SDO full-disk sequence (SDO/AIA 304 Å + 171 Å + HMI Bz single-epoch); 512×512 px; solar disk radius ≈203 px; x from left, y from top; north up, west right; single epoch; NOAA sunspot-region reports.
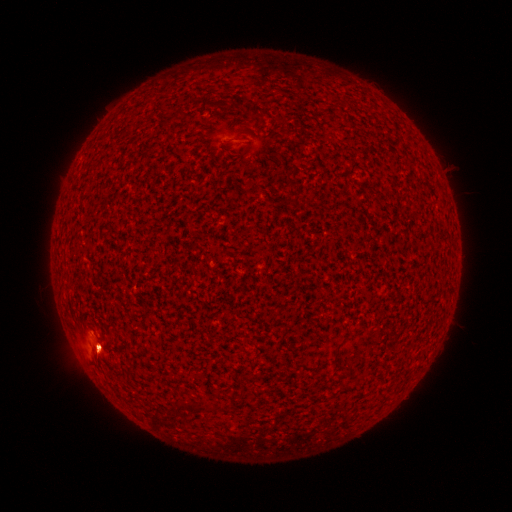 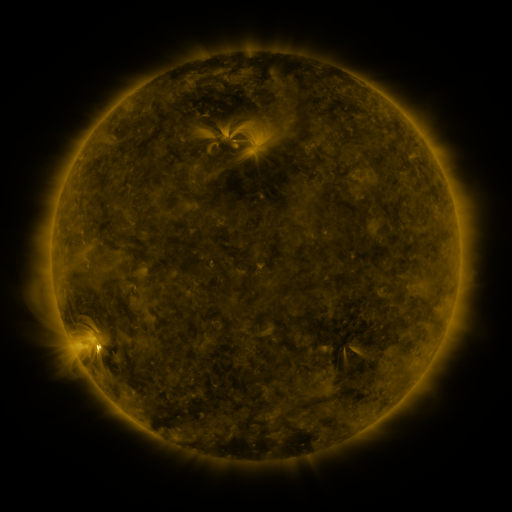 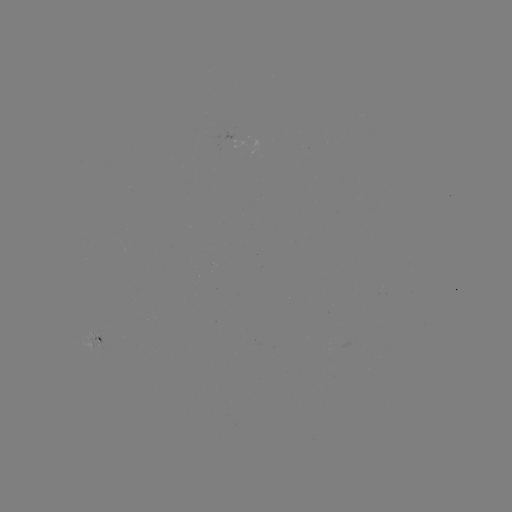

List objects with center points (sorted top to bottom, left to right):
(none)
